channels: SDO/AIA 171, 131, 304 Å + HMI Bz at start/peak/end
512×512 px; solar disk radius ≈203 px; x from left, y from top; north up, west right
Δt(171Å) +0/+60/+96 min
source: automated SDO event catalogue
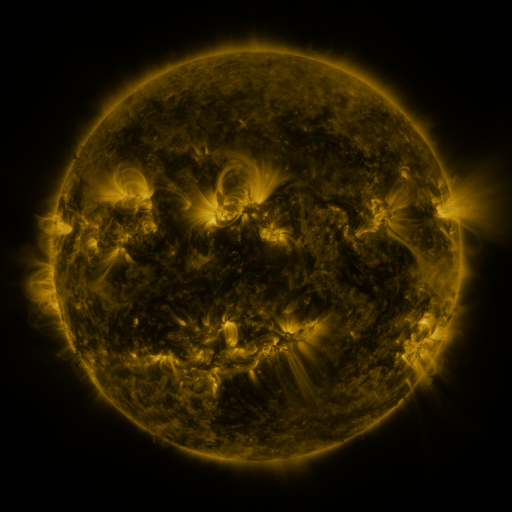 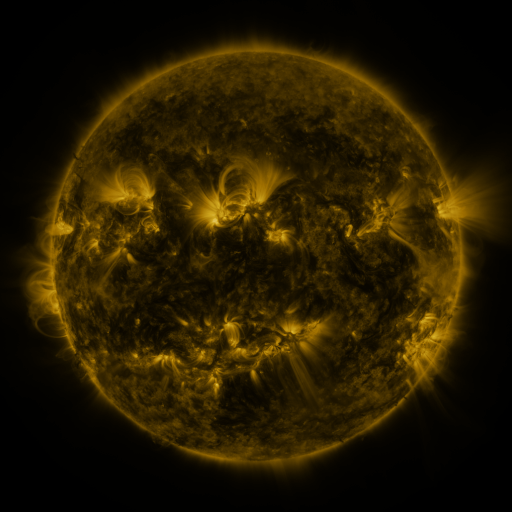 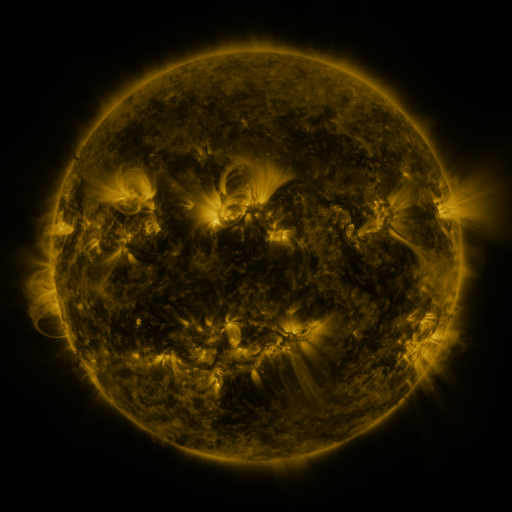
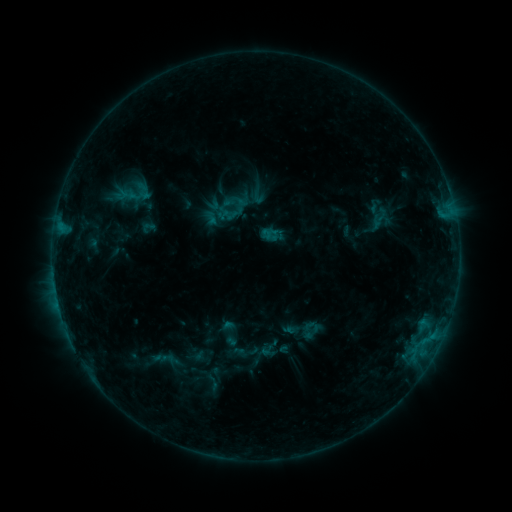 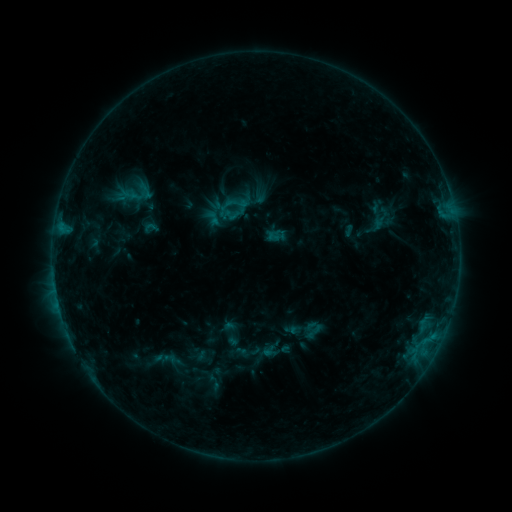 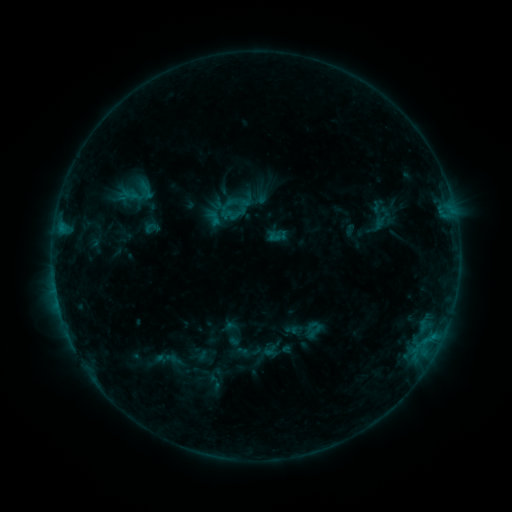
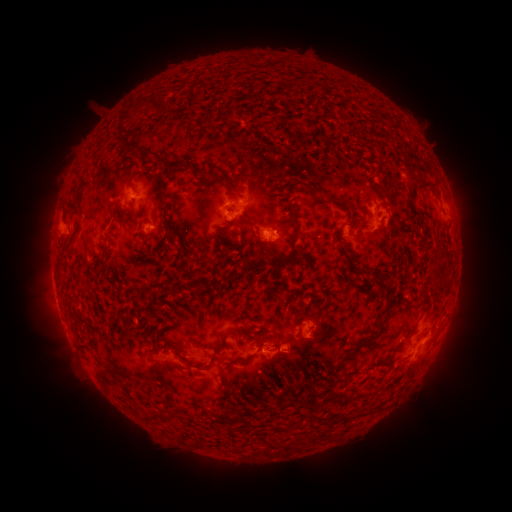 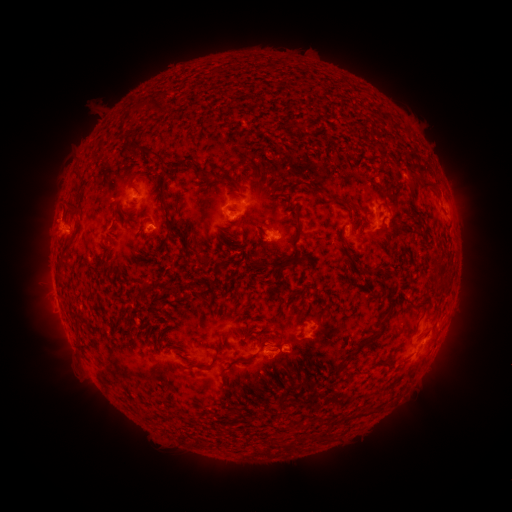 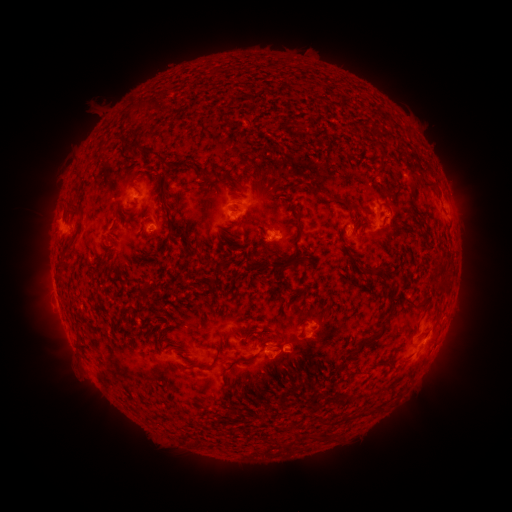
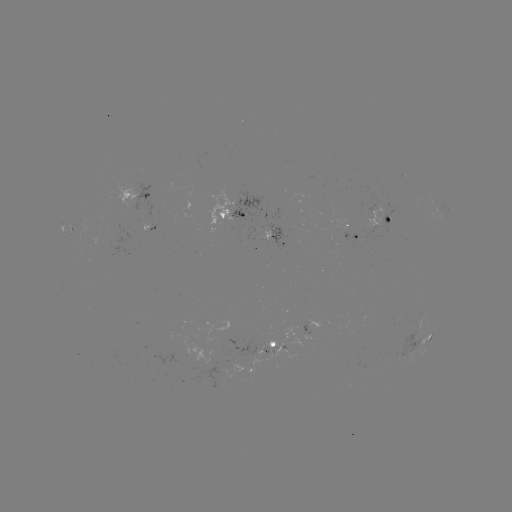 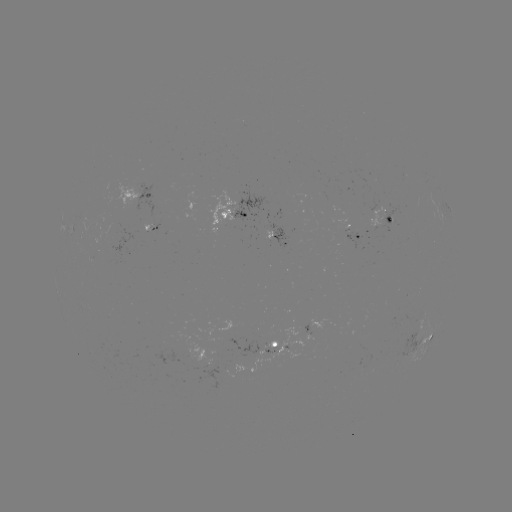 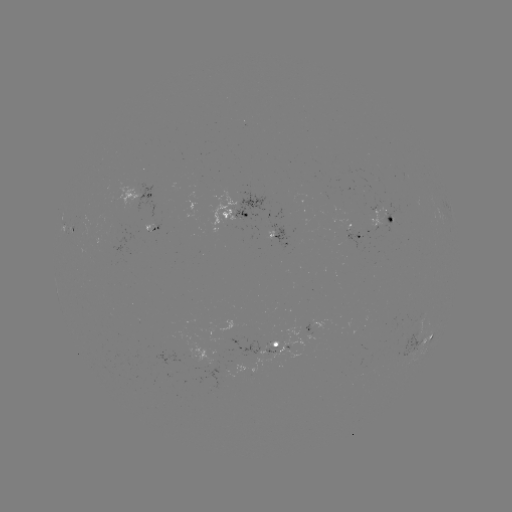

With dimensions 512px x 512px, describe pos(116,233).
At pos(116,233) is emerging-flux region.